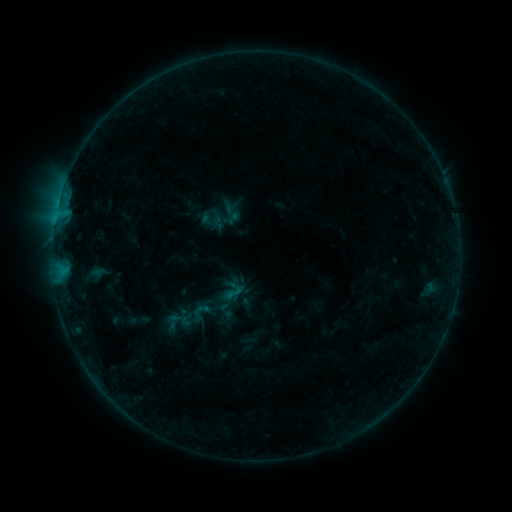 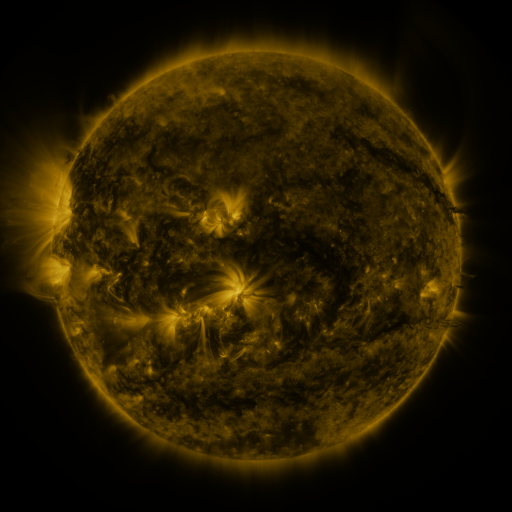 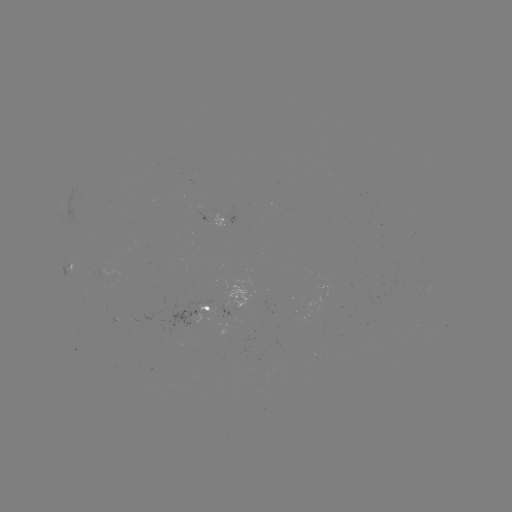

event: sigmoid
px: (200, 313)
